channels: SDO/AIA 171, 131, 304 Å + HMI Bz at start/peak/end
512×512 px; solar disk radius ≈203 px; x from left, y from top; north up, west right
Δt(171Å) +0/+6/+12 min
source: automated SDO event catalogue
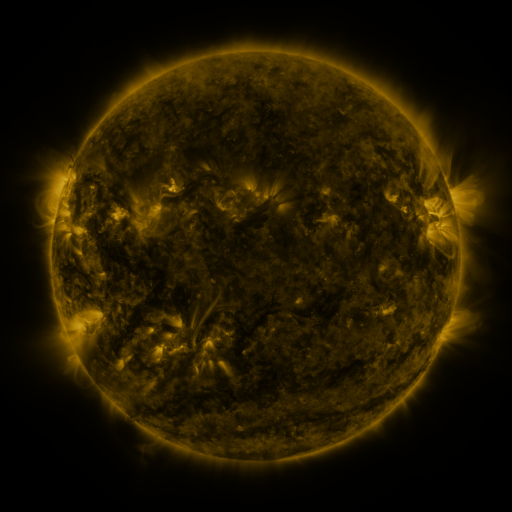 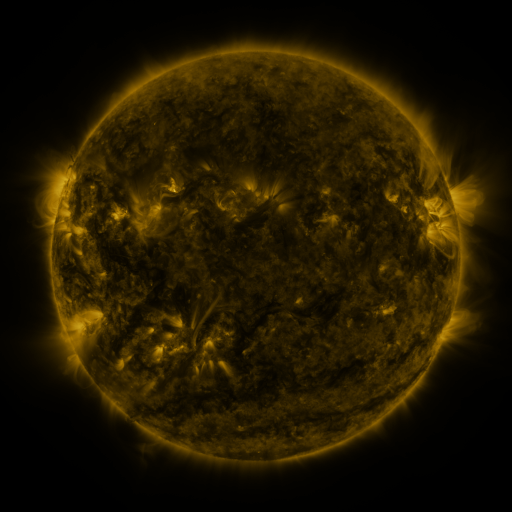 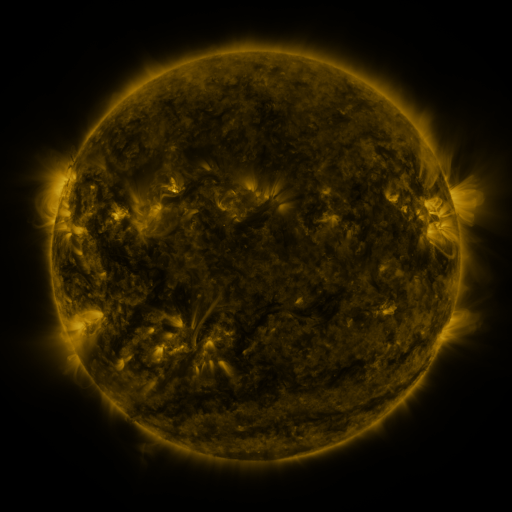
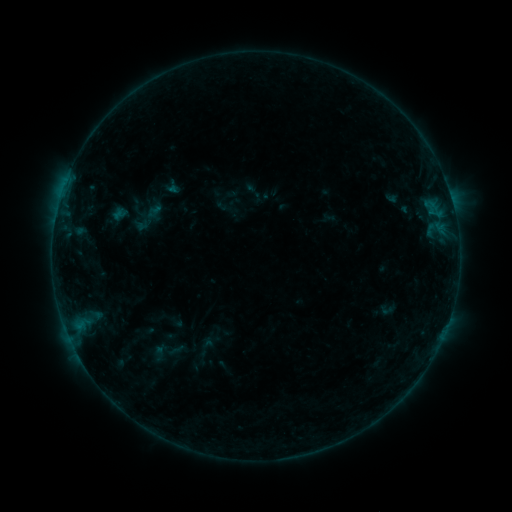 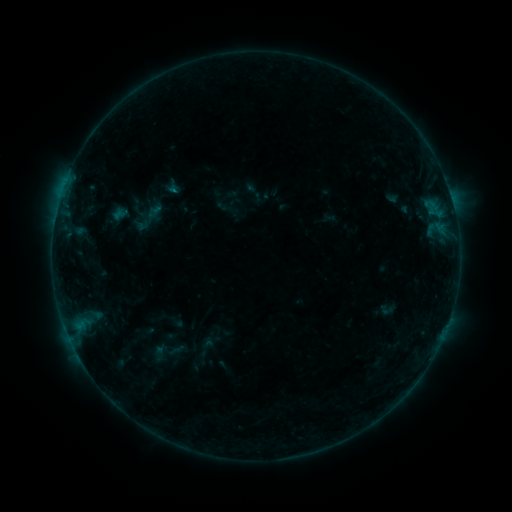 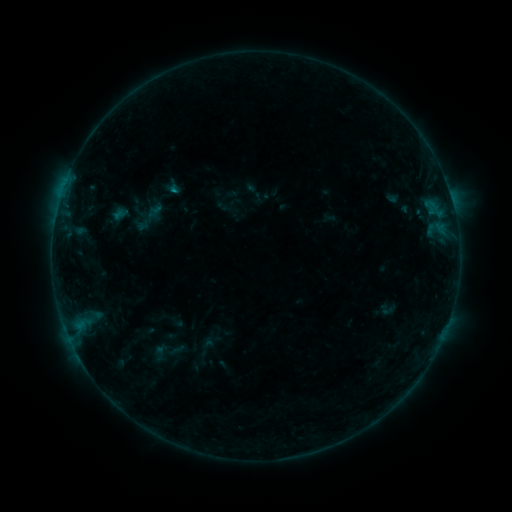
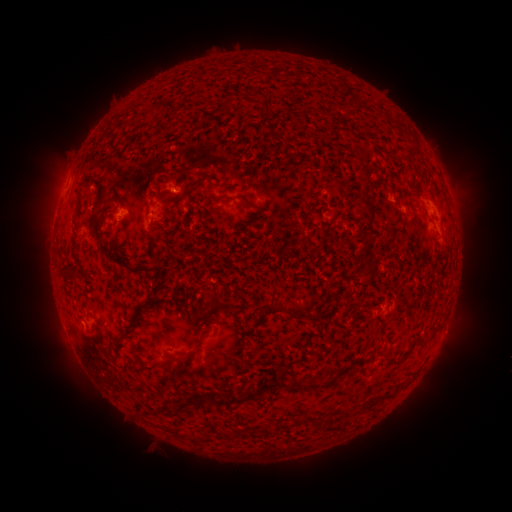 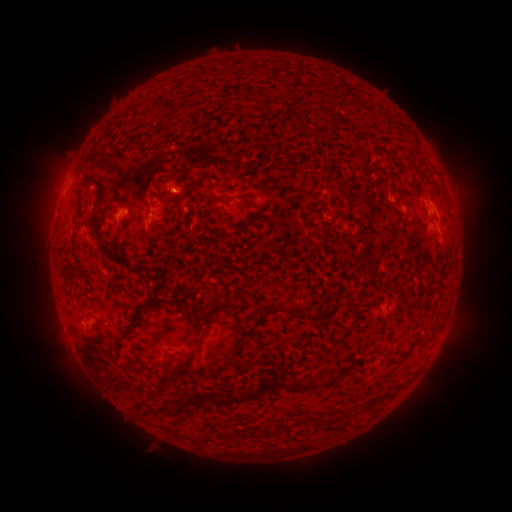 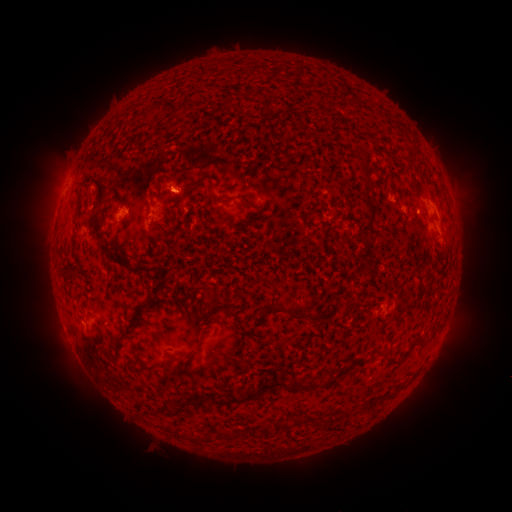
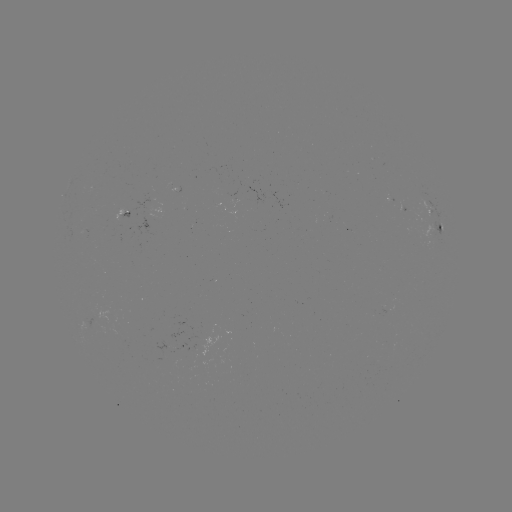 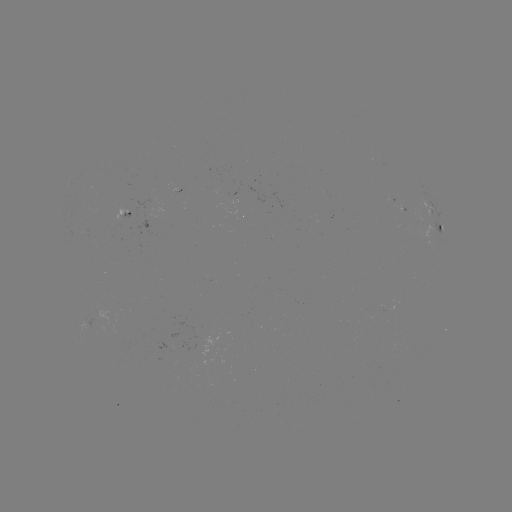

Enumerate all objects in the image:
B3.6 flare: (177, 192)
